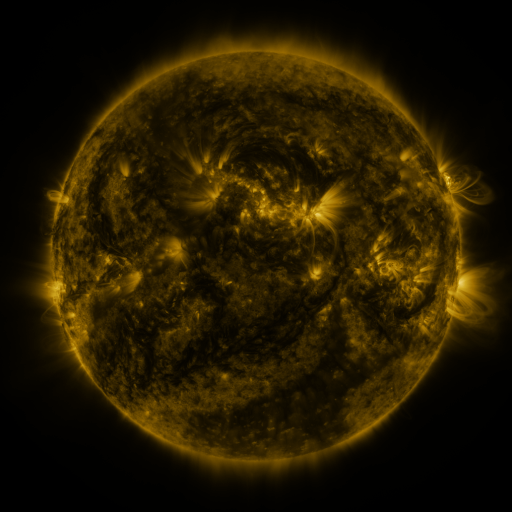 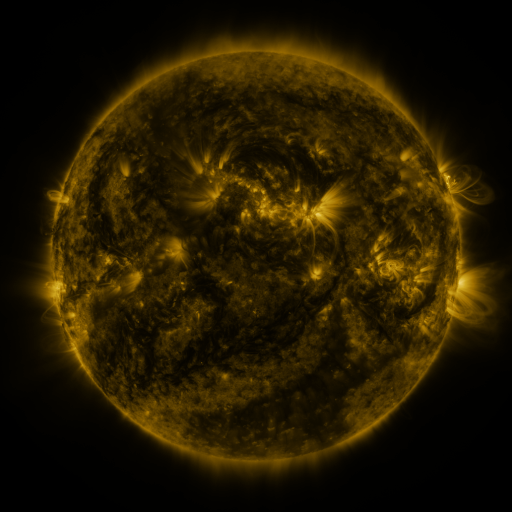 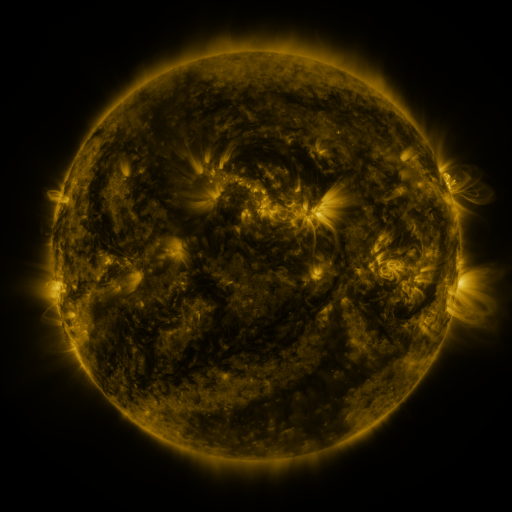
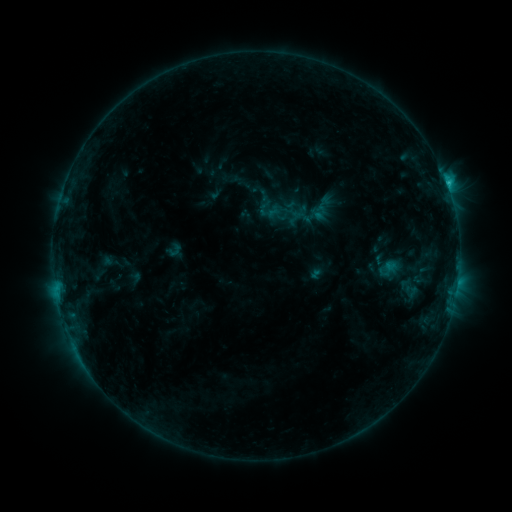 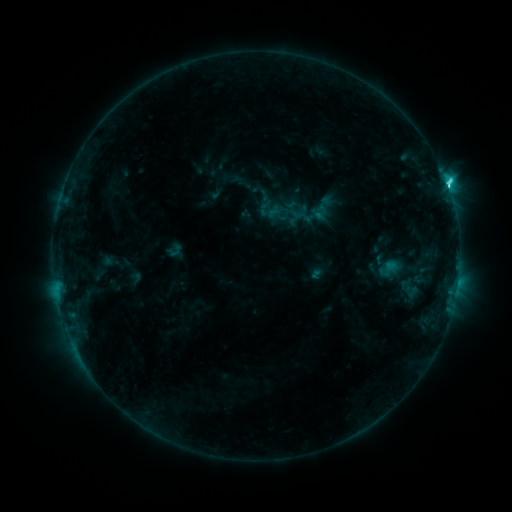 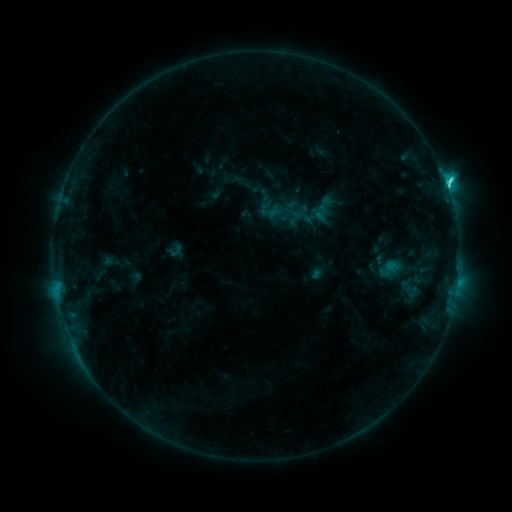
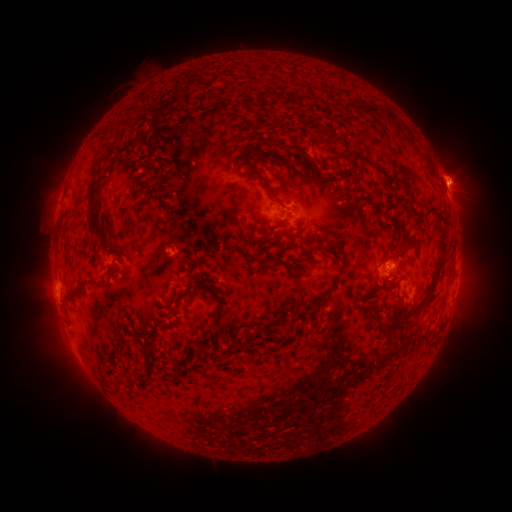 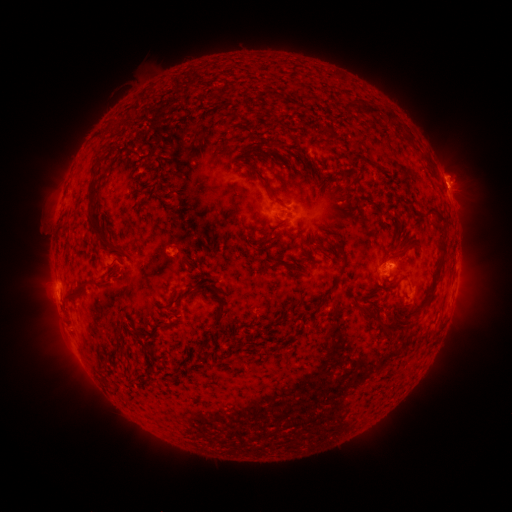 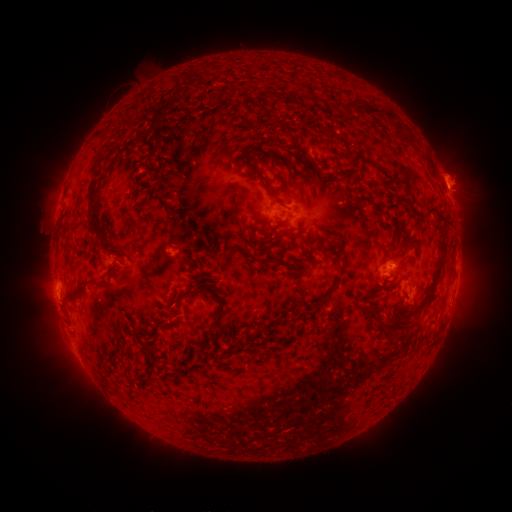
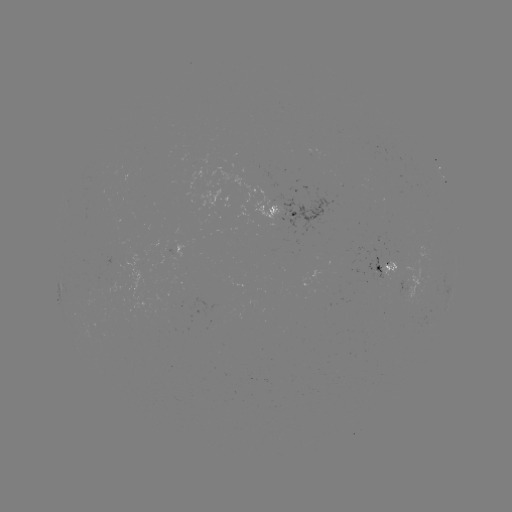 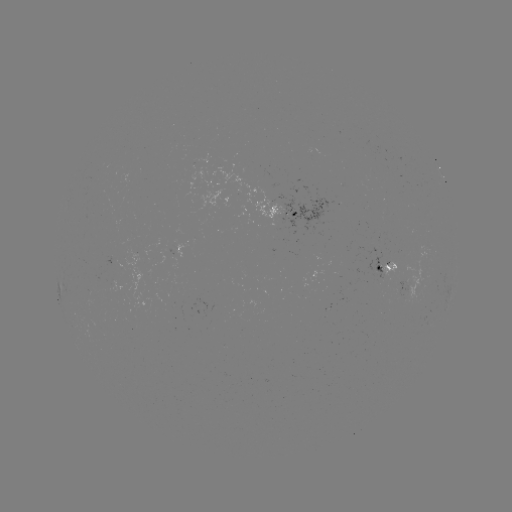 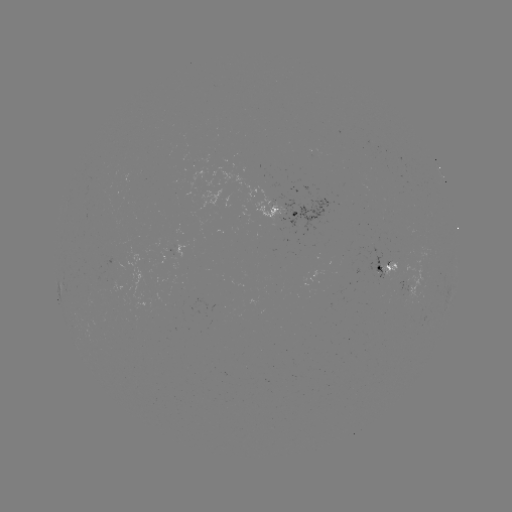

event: flare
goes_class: C3.9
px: (446, 185)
